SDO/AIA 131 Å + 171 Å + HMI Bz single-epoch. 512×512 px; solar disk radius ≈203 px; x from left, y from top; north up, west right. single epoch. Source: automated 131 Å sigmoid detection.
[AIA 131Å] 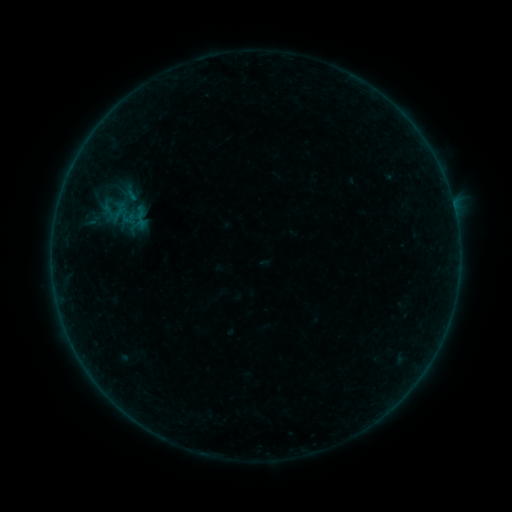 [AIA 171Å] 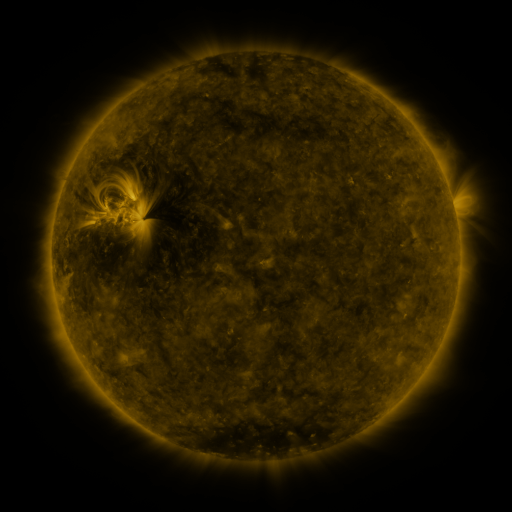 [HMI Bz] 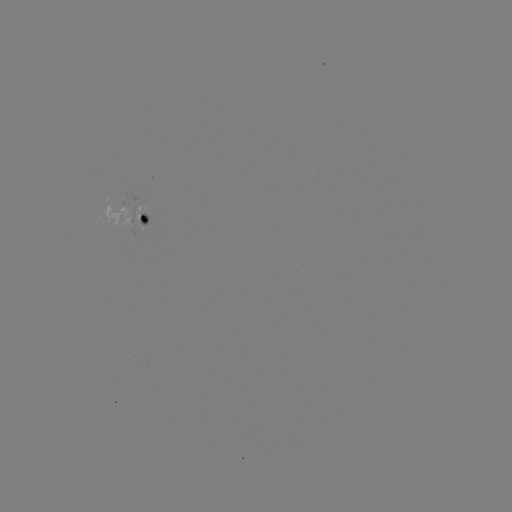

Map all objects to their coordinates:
sigmoid: (129, 194)
